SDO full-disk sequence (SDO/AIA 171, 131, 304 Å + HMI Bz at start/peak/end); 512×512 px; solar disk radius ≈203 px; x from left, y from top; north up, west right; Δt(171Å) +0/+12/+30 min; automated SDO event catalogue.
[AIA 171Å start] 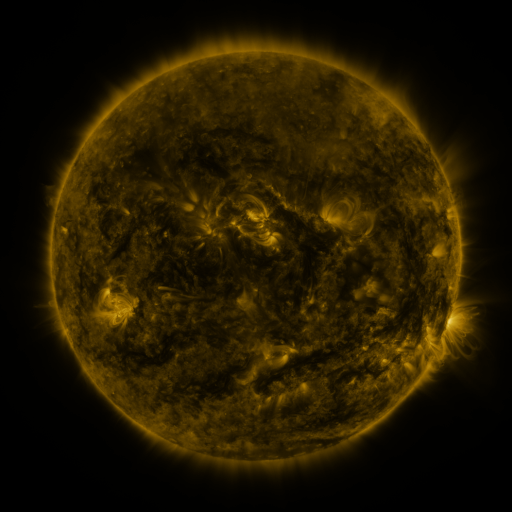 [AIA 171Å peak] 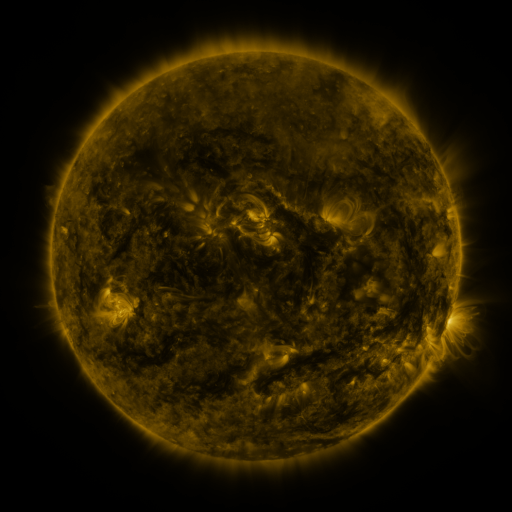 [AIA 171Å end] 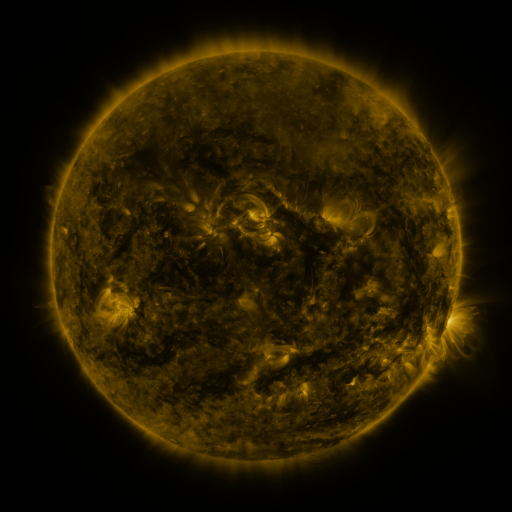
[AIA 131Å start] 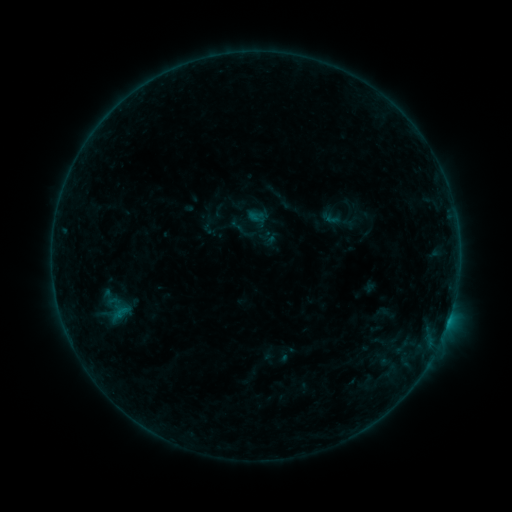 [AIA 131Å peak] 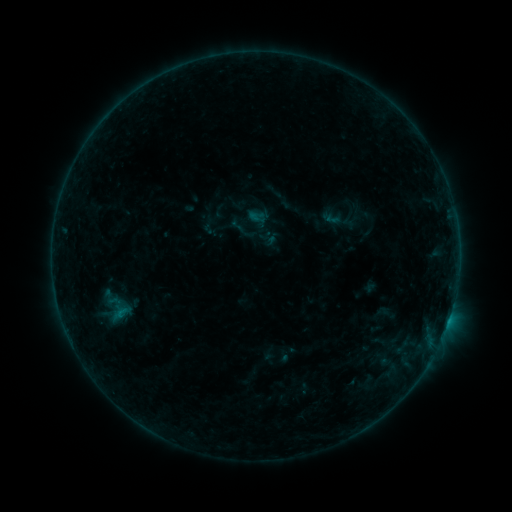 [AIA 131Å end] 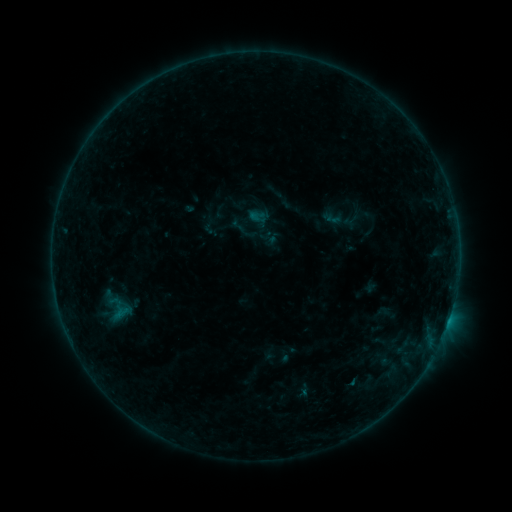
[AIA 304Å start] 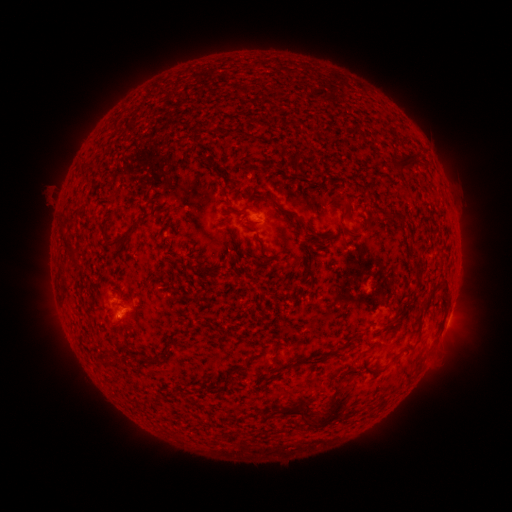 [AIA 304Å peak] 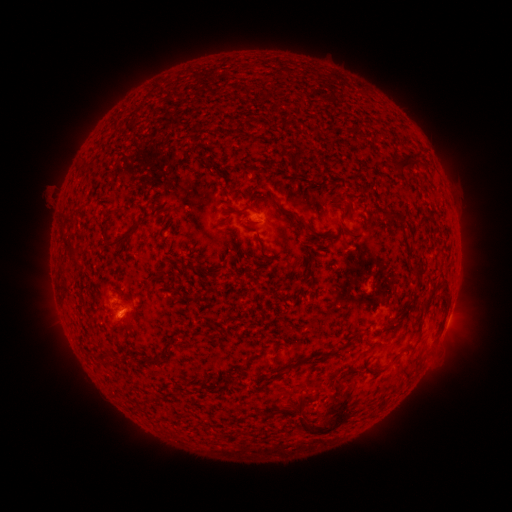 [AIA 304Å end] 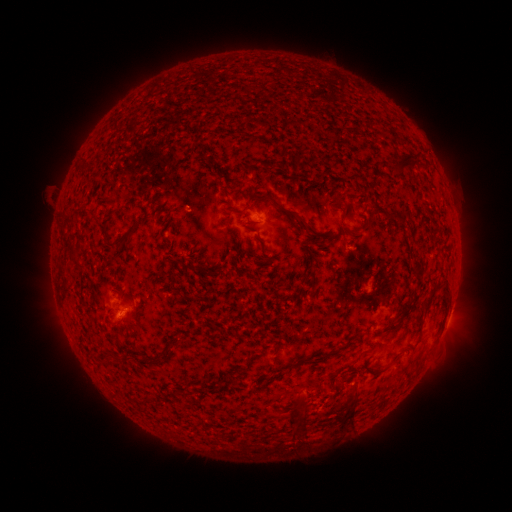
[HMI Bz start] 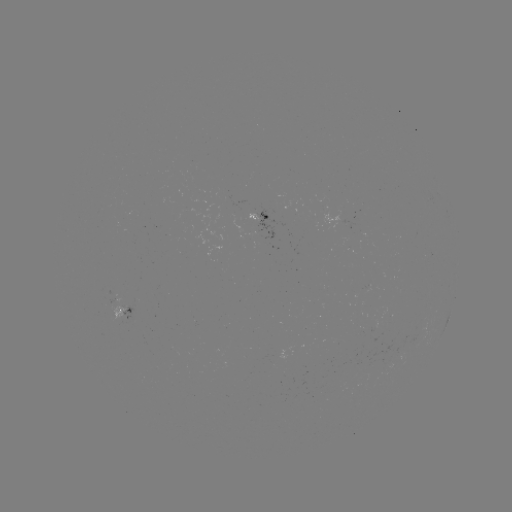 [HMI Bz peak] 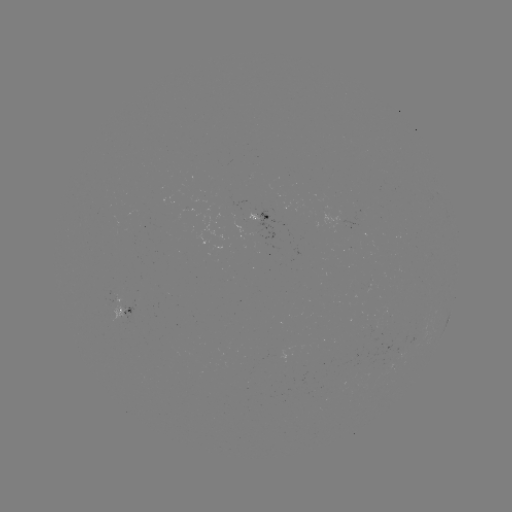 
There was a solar eruption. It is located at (321, 425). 